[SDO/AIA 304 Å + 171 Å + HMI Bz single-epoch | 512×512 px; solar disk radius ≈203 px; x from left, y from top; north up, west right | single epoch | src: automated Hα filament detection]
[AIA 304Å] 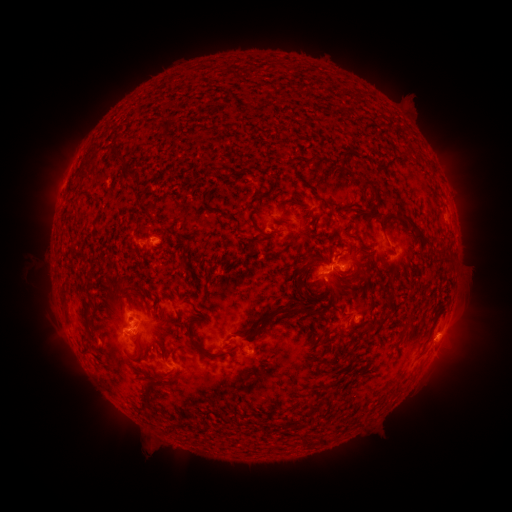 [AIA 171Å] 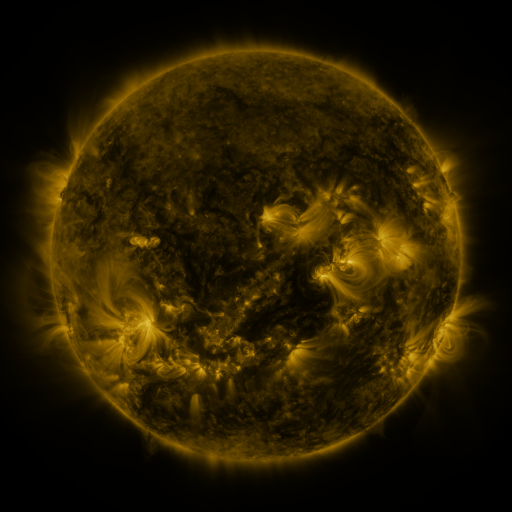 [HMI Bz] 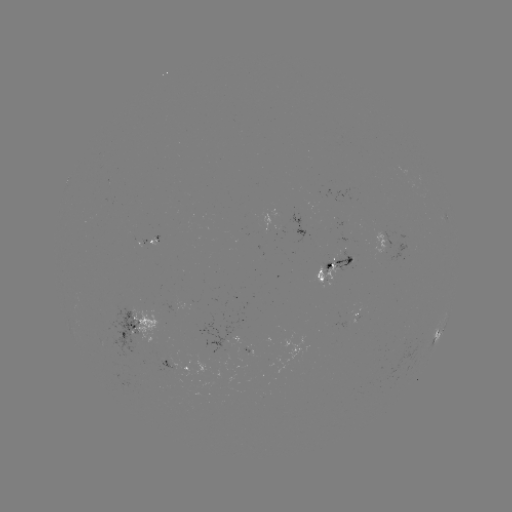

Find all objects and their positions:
filament: [113, 142, 125, 161]
filament: [342, 151, 350, 162]
filament: [307, 155, 318, 165]
filament: [363, 180, 379, 198]
filament: [139, 203, 152, 217]
filament: [410, 223, 430, 247]
filament: [259, 228, 281, 239]
filament: [123, 283, 135, 293]
filament: [272, 307, 314, 316]
filament: [361, 316, 389, 333]
filament: [184, 321, 219, 358]
filament: [81, 333, 91, 343]
filament: [158, 342, 165, 359]
filament: [135, 344, 141, 356]
filament: [306, 399, 318, 411]
filament: [297, 433, 307, 447]
